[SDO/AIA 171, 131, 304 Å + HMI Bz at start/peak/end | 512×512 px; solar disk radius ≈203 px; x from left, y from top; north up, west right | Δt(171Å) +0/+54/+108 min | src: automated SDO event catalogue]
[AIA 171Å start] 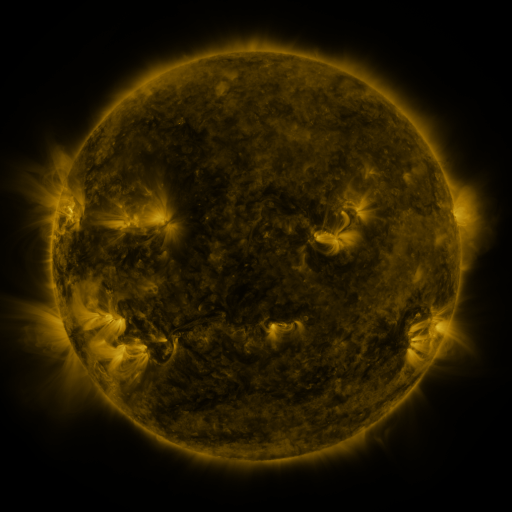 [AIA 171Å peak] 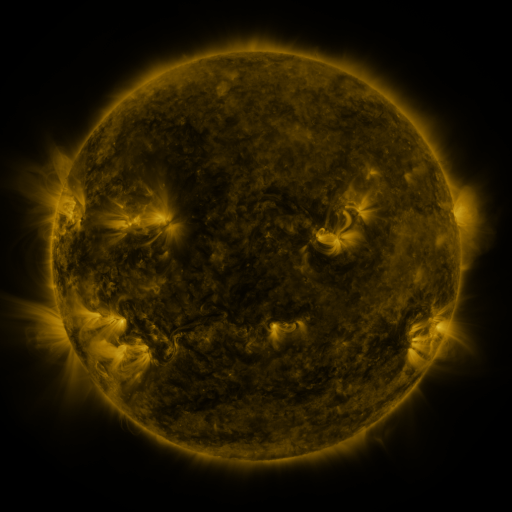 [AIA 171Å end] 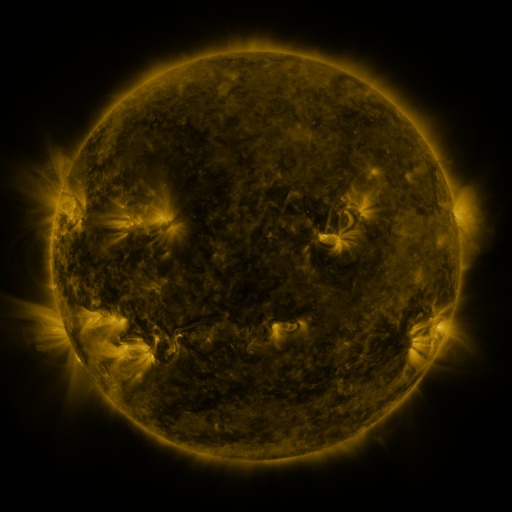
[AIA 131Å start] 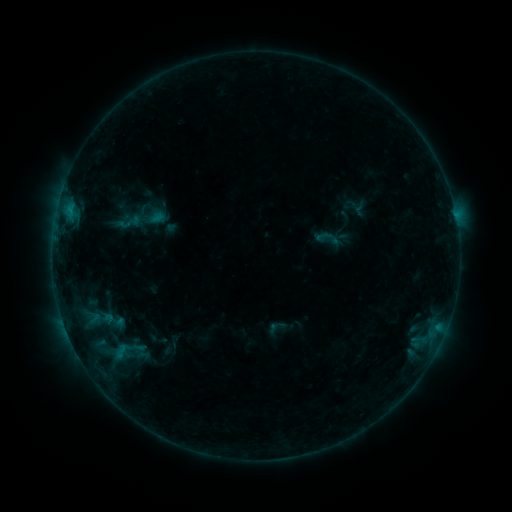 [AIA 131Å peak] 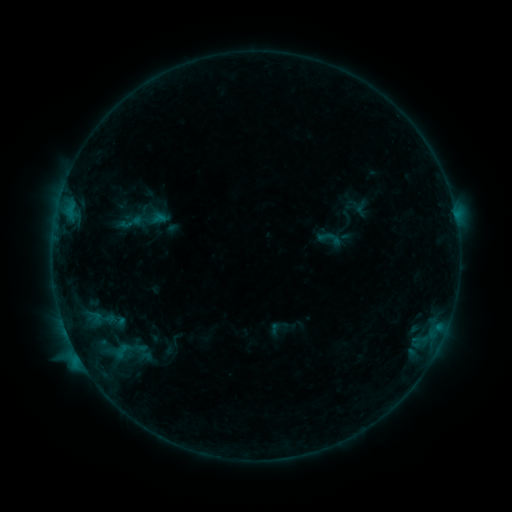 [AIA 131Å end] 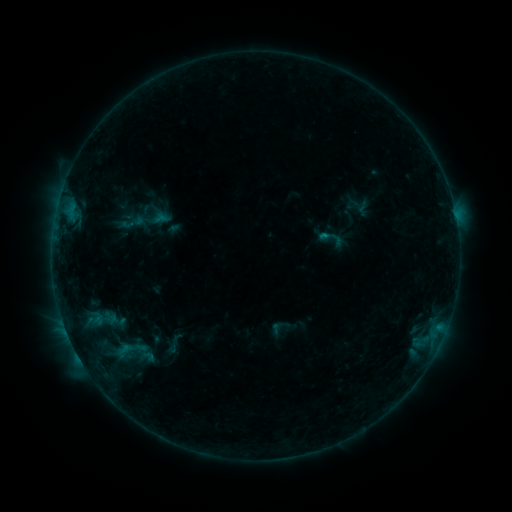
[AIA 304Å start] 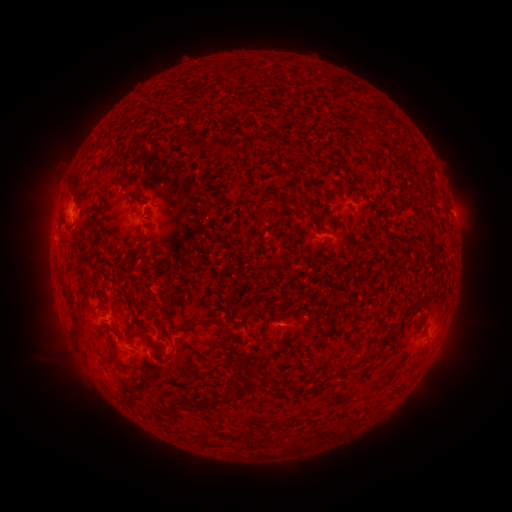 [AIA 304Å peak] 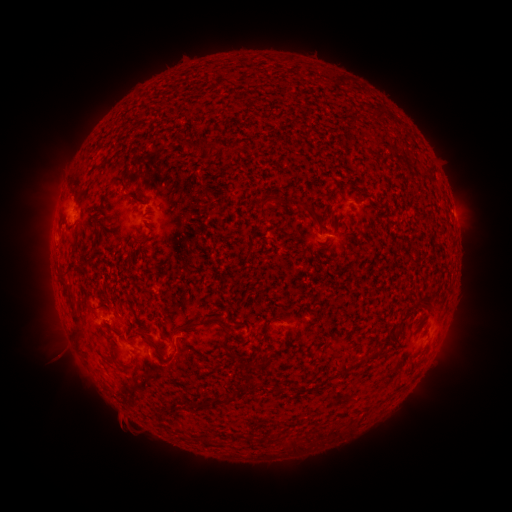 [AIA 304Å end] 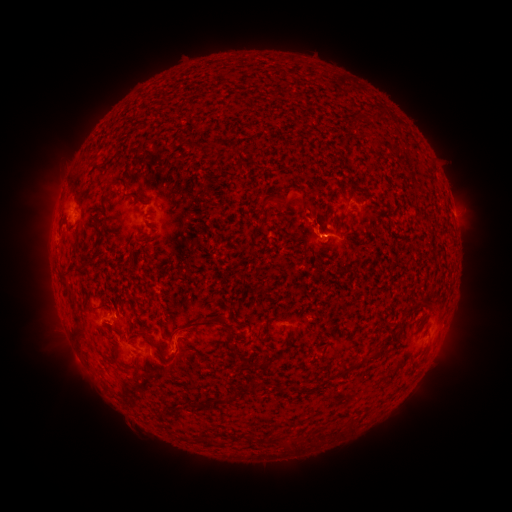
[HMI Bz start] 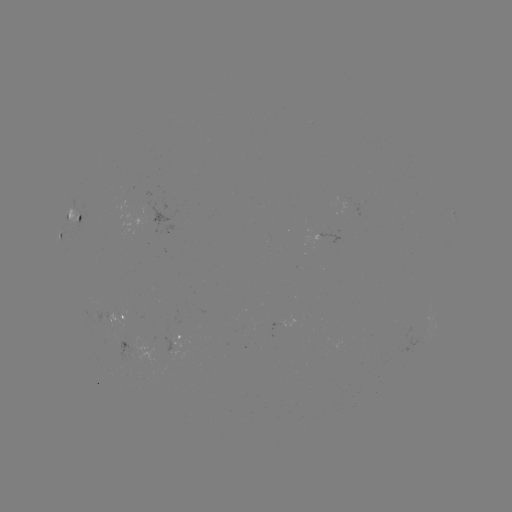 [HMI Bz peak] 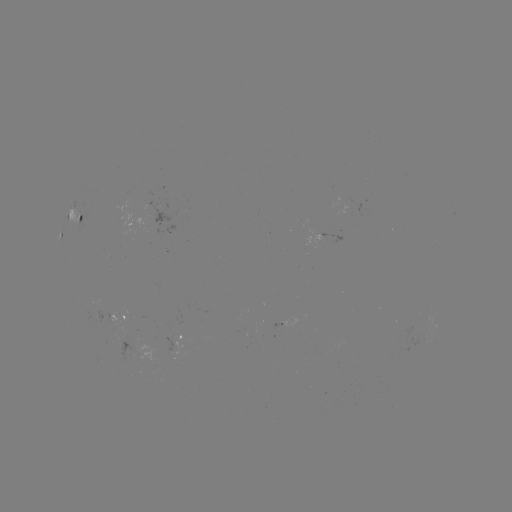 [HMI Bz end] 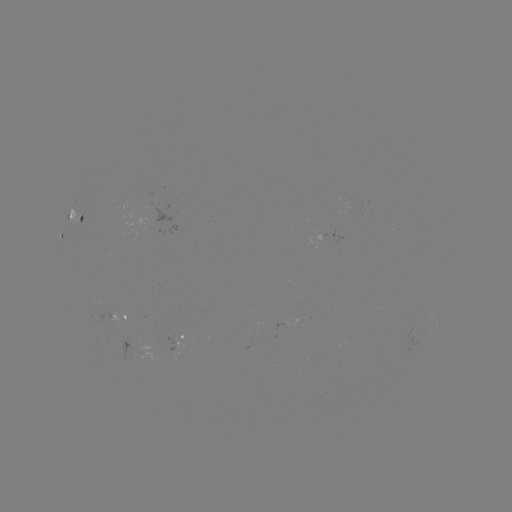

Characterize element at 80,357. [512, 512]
C1.0 flare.